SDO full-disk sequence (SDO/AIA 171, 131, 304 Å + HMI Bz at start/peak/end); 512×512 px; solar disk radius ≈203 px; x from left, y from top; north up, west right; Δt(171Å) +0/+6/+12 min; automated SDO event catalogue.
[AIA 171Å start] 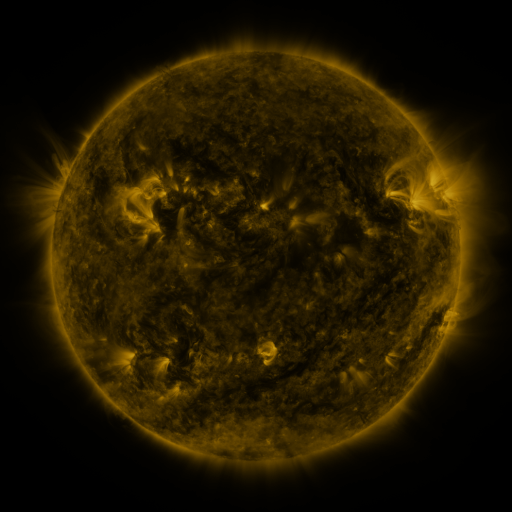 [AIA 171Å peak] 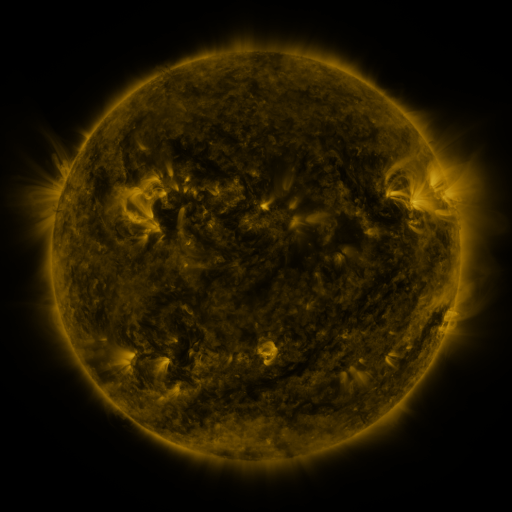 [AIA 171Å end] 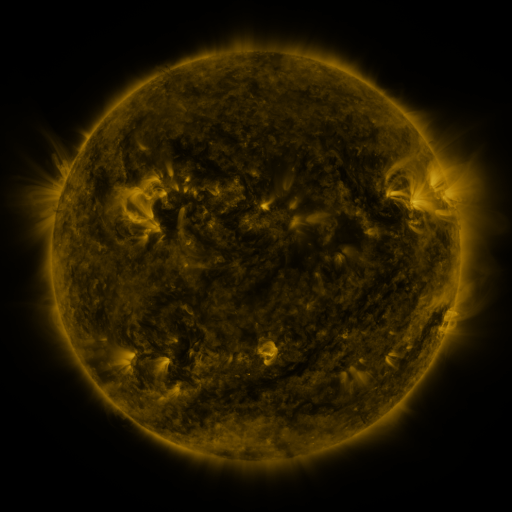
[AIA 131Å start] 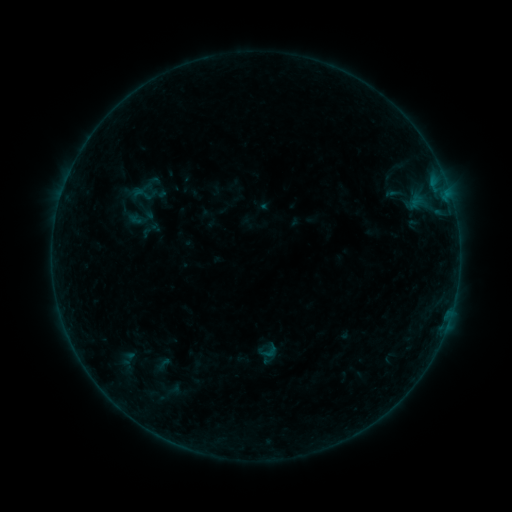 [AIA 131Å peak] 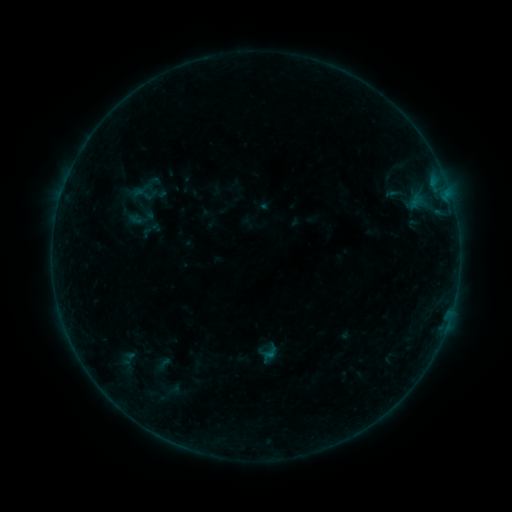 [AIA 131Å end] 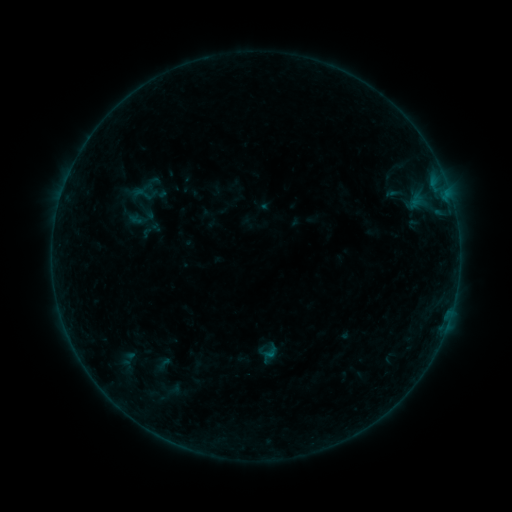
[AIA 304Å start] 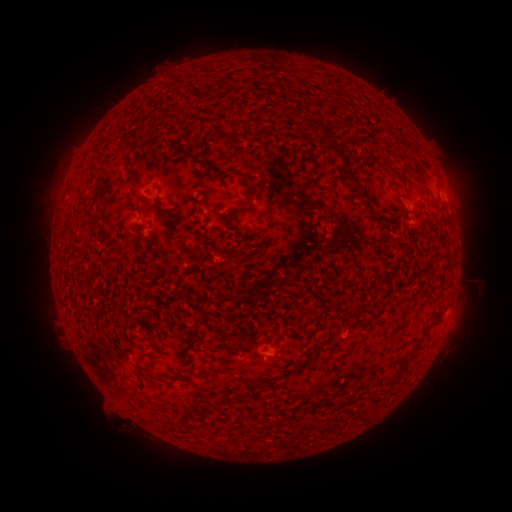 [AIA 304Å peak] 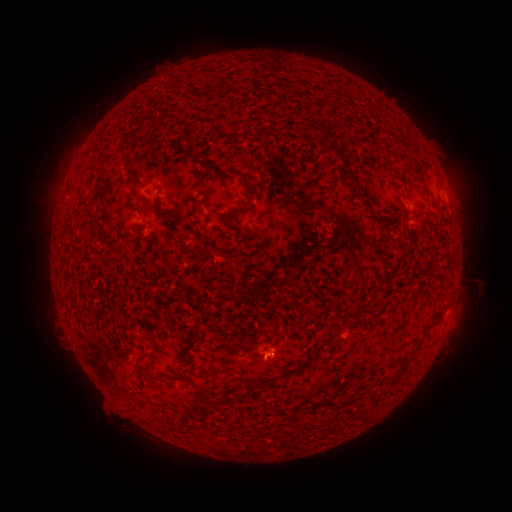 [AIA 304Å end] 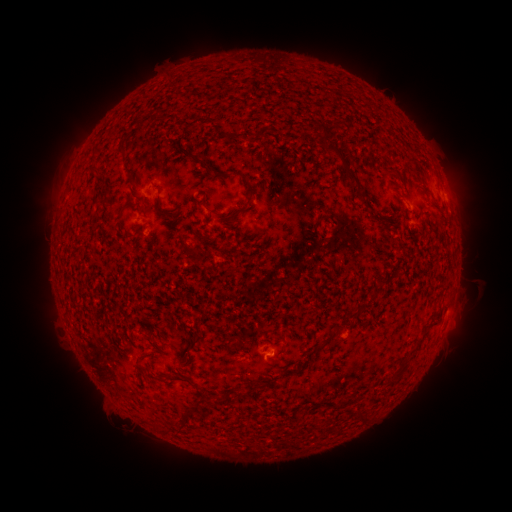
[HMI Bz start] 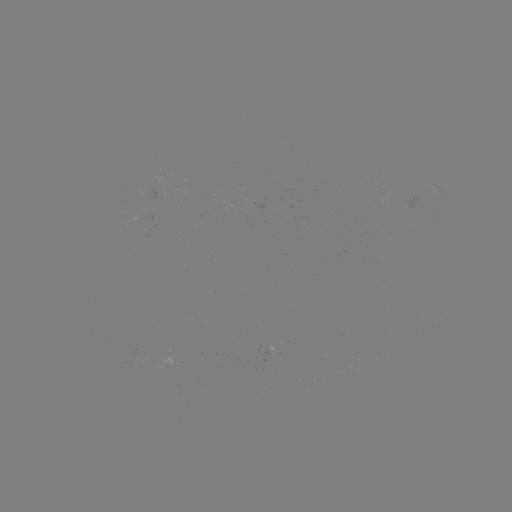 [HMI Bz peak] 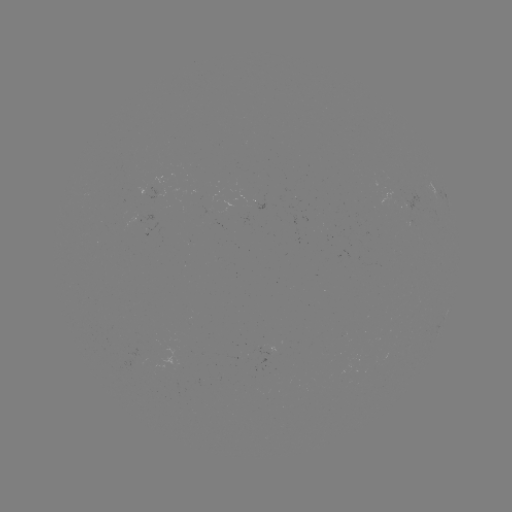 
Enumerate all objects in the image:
B1.6 flare: (269, 353)
